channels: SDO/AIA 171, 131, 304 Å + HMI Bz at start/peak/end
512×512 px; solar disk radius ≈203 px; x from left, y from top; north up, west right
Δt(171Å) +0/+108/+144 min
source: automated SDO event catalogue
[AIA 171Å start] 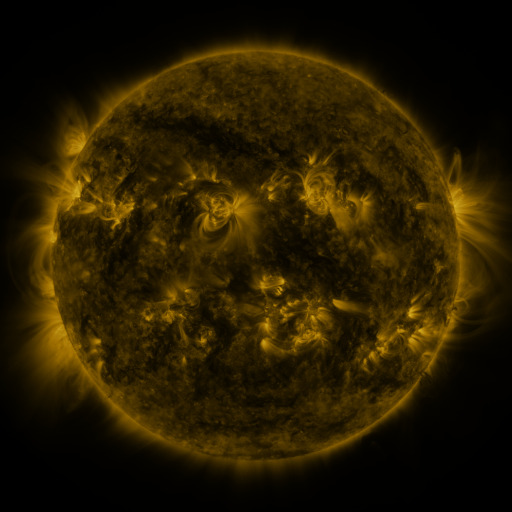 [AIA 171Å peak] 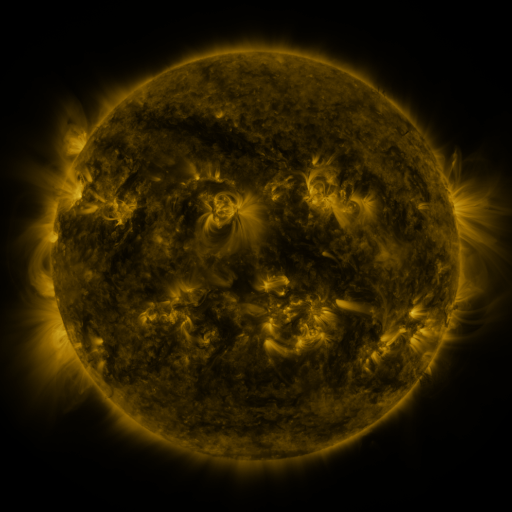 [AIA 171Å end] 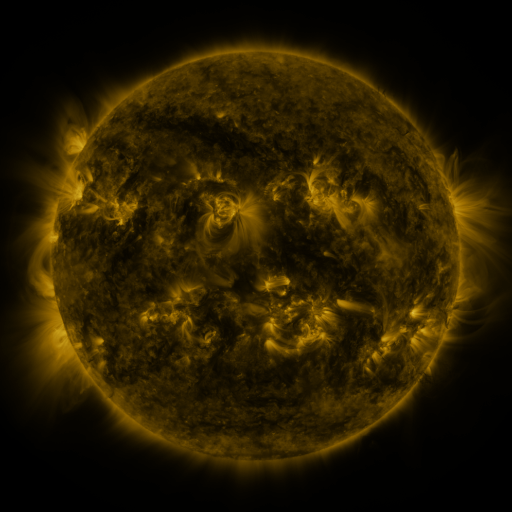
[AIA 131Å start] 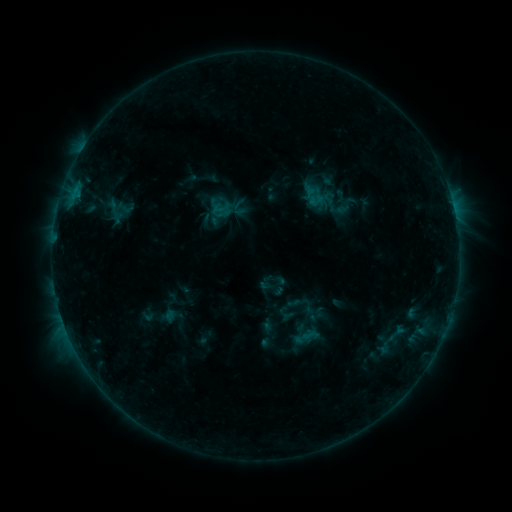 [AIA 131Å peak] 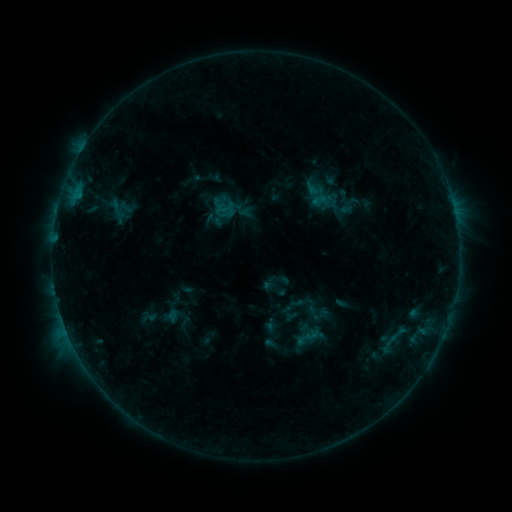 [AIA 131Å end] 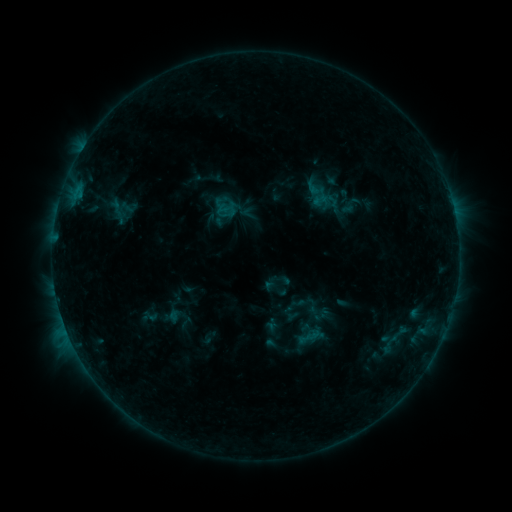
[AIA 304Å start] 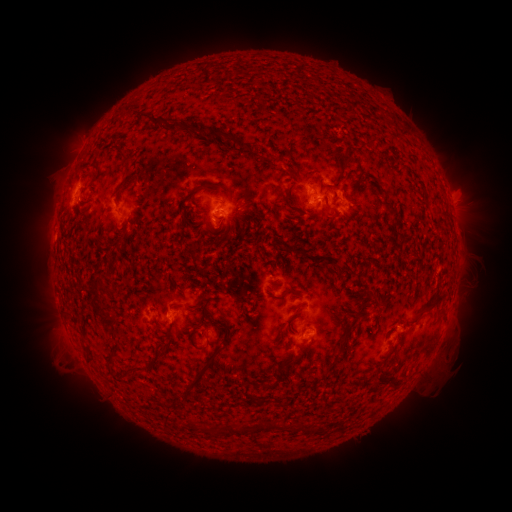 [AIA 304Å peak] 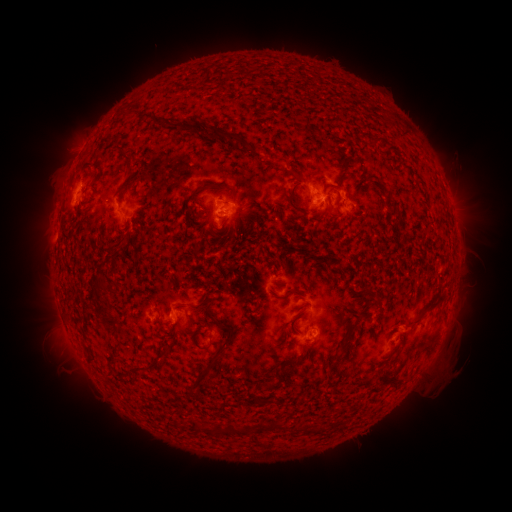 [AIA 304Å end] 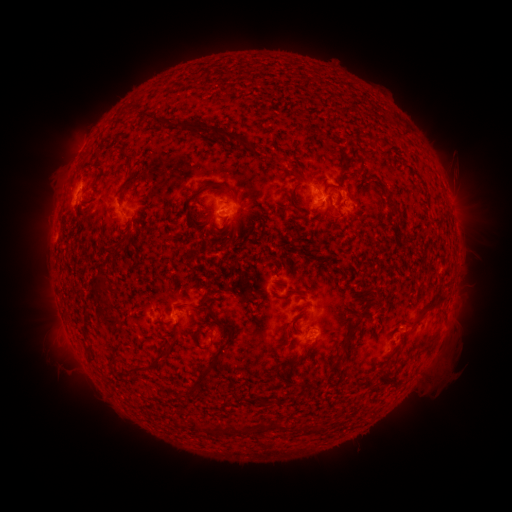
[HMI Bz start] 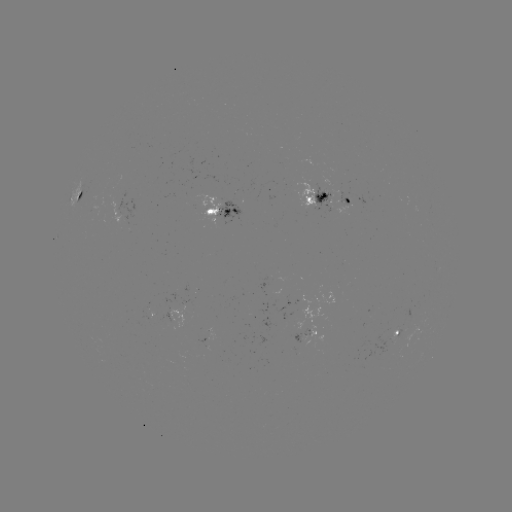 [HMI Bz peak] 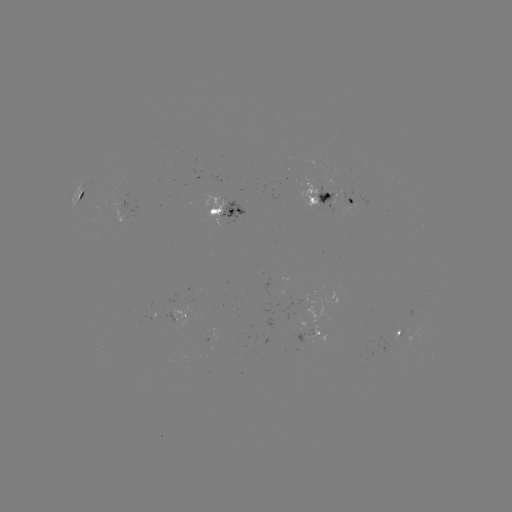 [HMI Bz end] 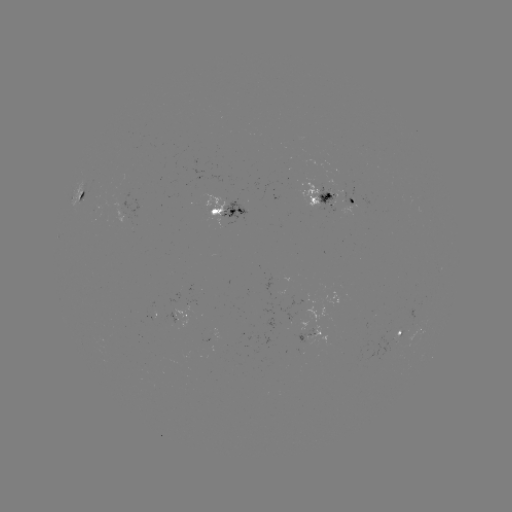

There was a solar emerging-flux region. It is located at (220, 204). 